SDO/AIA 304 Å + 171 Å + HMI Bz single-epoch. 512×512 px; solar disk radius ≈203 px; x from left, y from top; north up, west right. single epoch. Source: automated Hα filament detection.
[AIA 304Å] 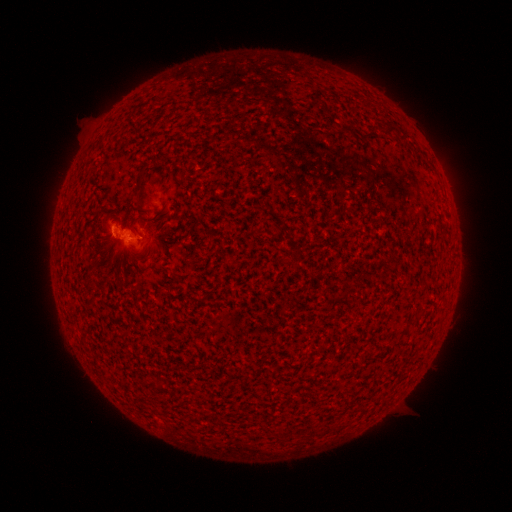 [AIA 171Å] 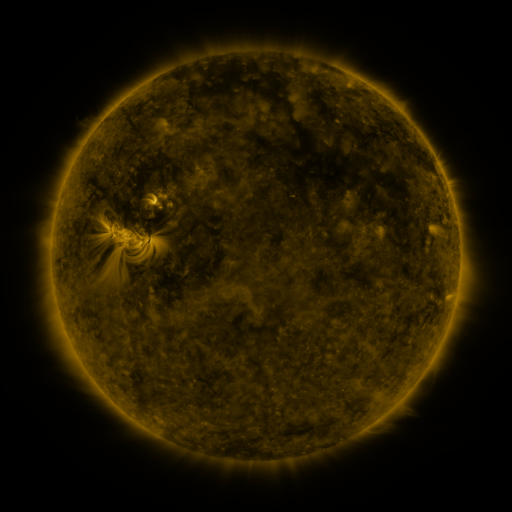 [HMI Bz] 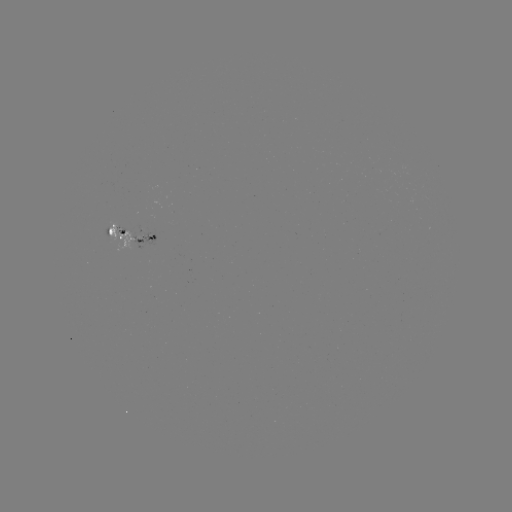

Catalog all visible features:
filament: (393, 128)
filament: (156, 217)
filament: (380, 280)
